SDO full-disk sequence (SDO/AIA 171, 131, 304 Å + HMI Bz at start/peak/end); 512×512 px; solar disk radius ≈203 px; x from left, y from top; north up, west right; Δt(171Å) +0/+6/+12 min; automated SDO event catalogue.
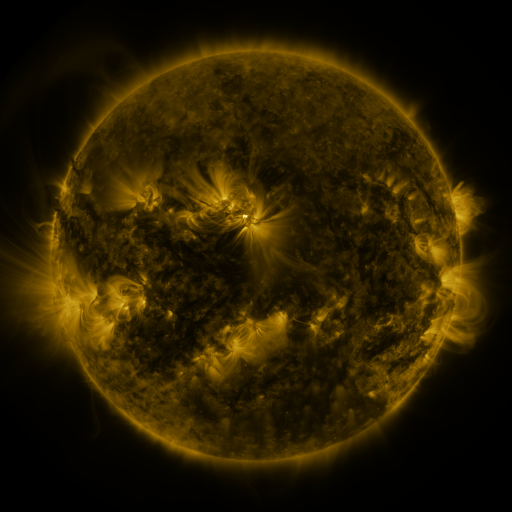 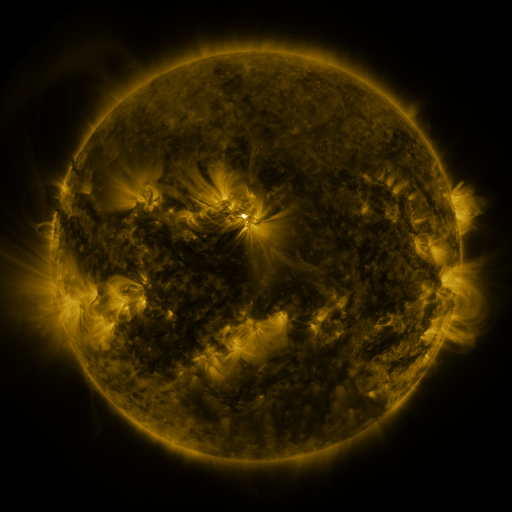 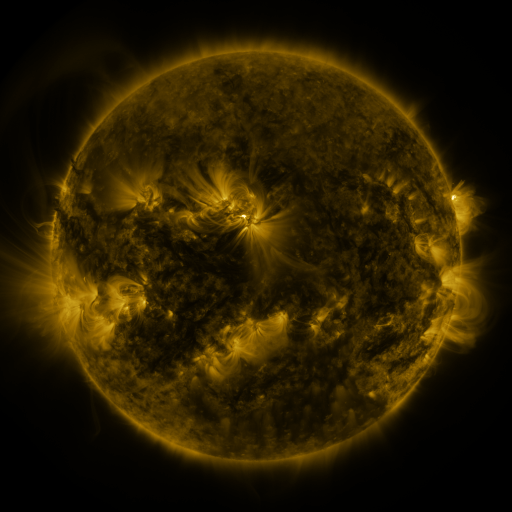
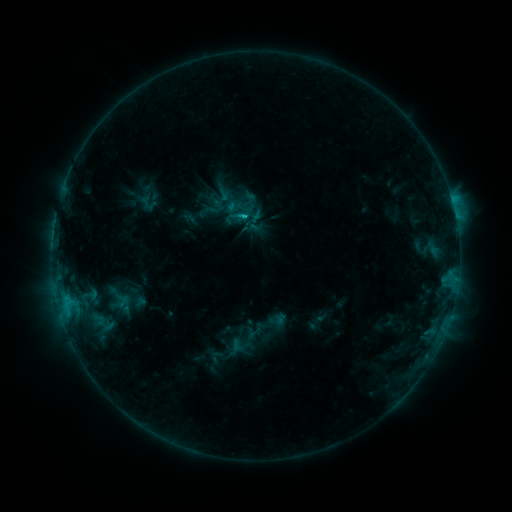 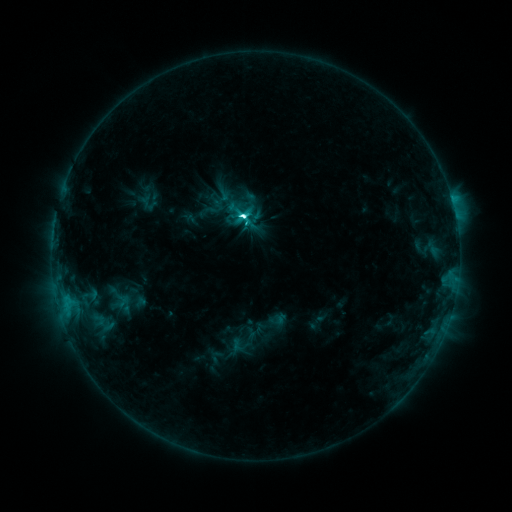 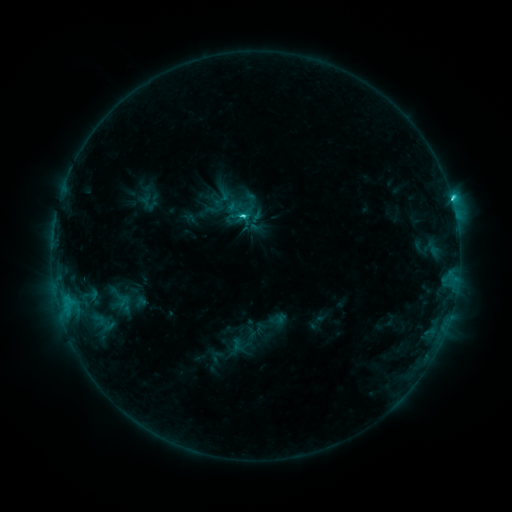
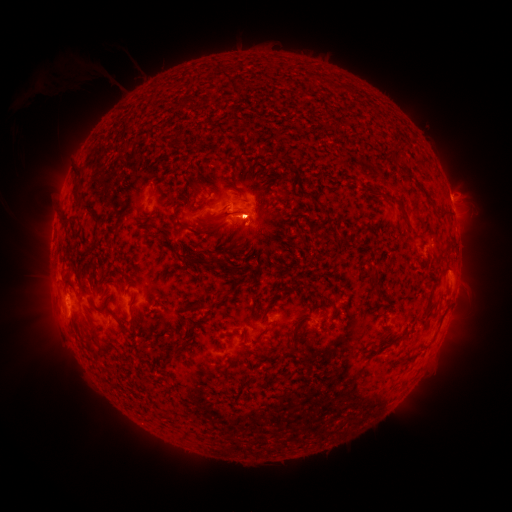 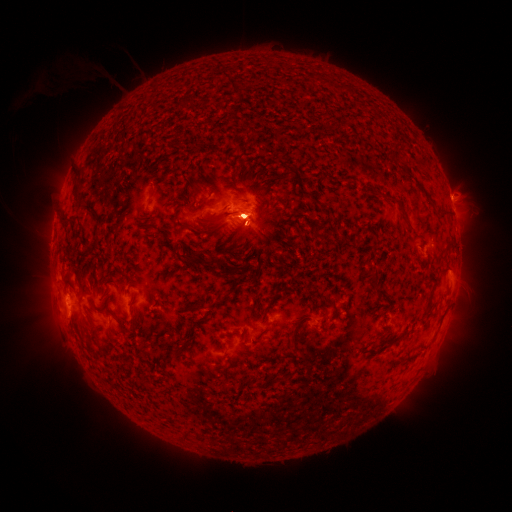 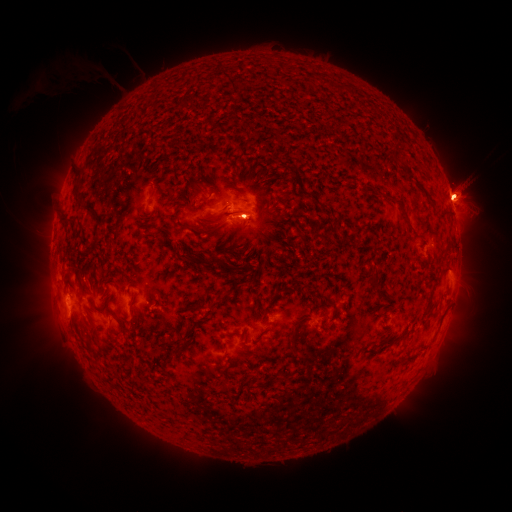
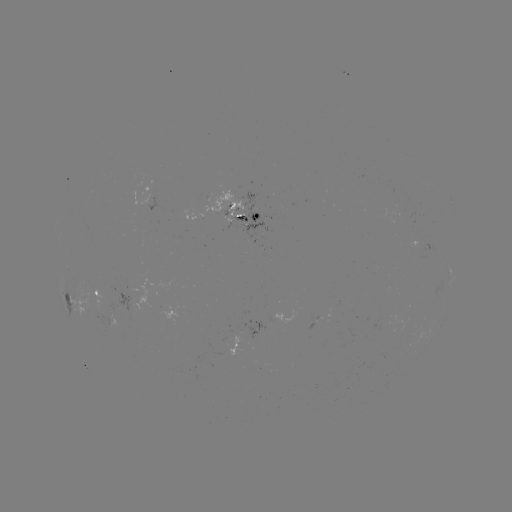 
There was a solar eruption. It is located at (54, 306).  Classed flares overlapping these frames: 1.